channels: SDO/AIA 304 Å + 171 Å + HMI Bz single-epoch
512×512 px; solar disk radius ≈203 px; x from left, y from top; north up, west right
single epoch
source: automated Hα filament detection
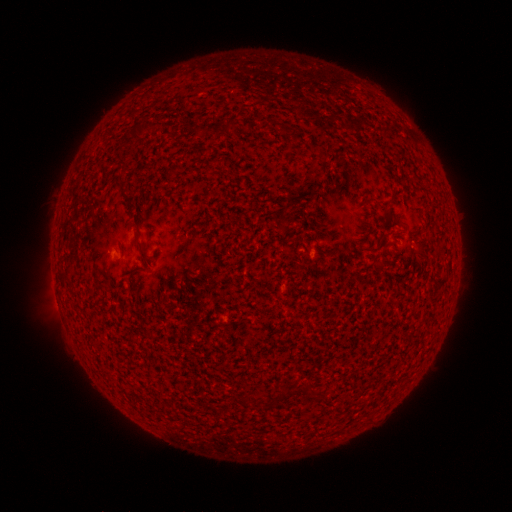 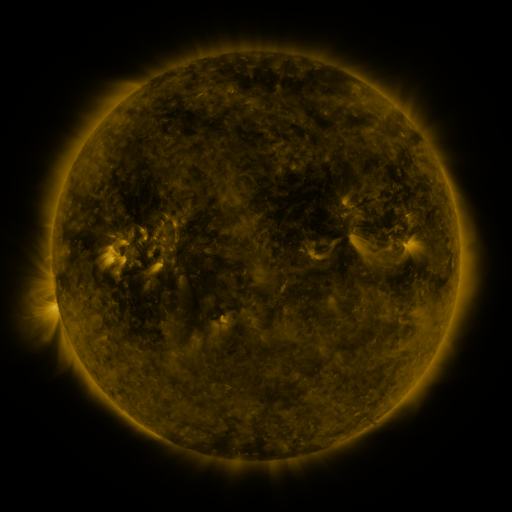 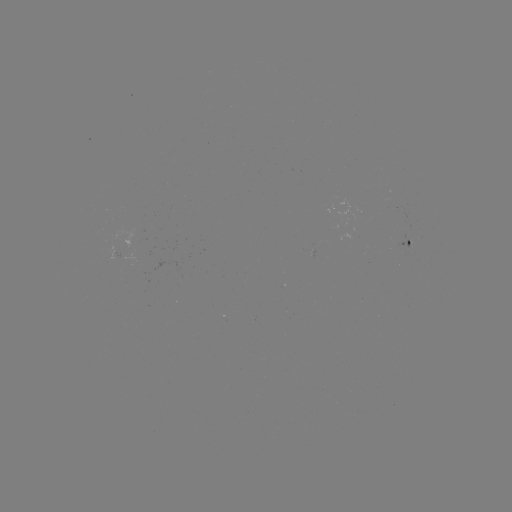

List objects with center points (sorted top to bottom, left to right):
filament: (226, 128)
filament: (393, 216)
filament: (140, 248)
